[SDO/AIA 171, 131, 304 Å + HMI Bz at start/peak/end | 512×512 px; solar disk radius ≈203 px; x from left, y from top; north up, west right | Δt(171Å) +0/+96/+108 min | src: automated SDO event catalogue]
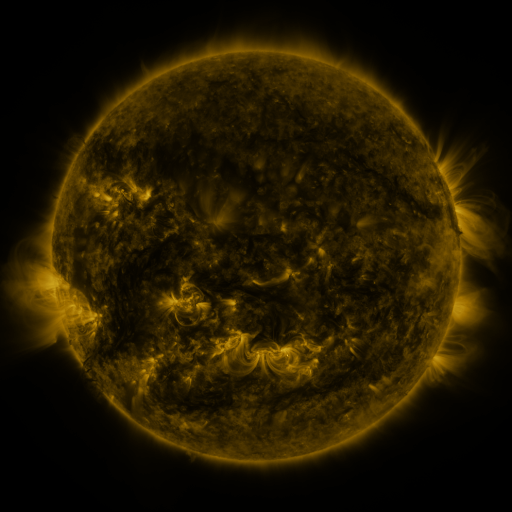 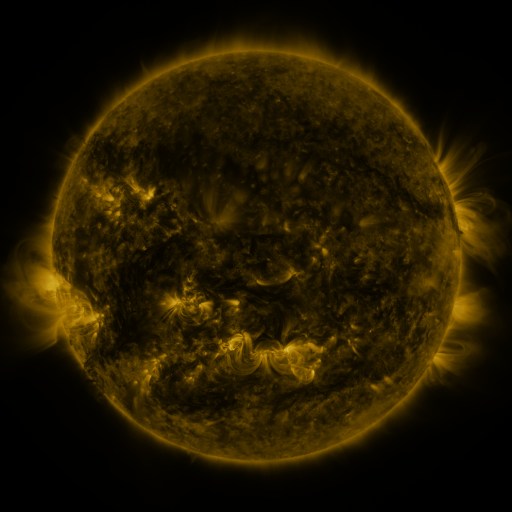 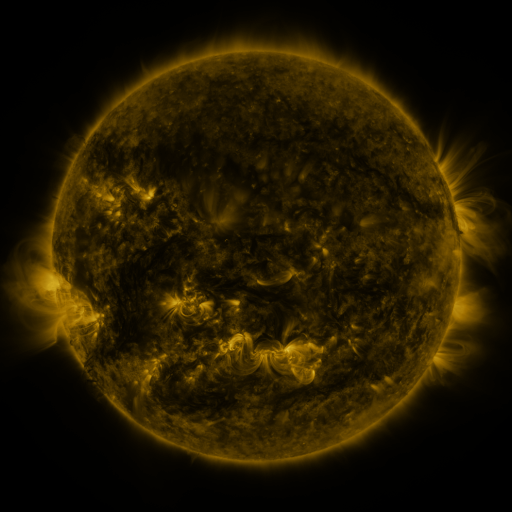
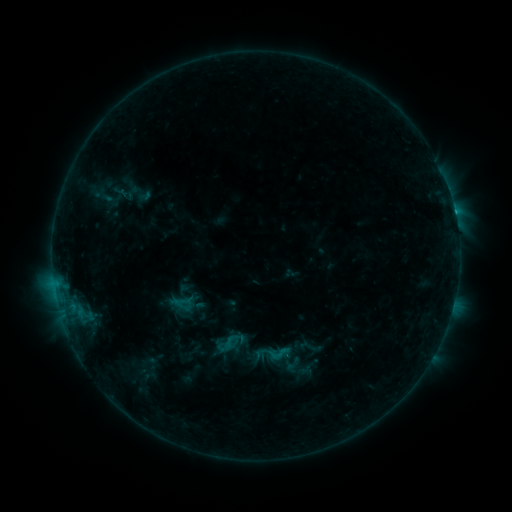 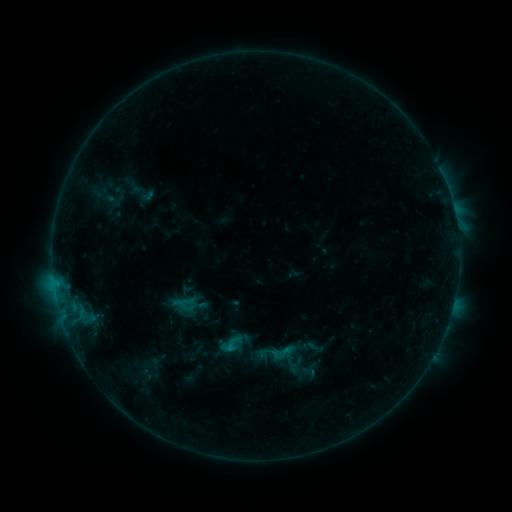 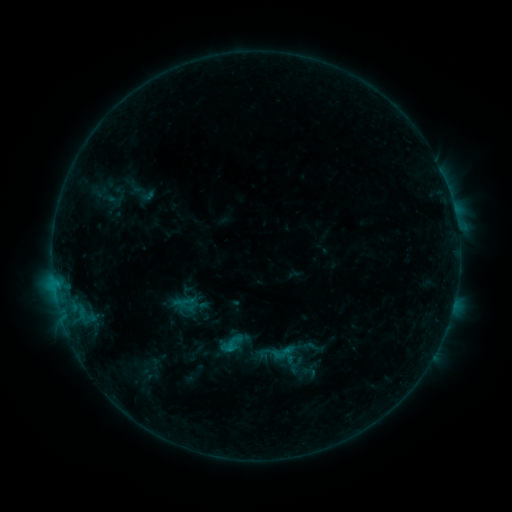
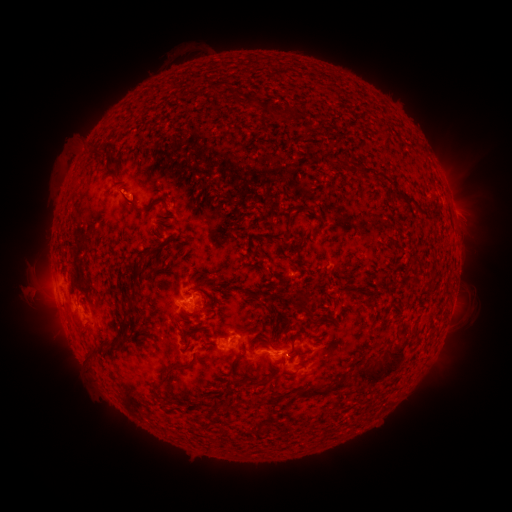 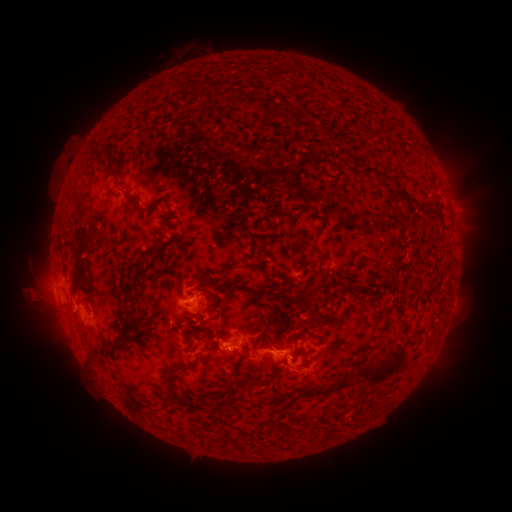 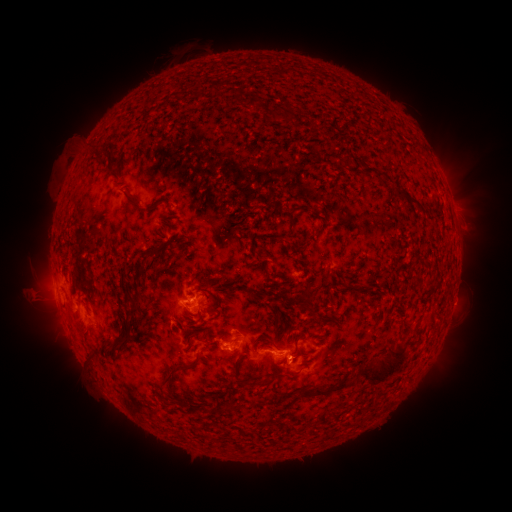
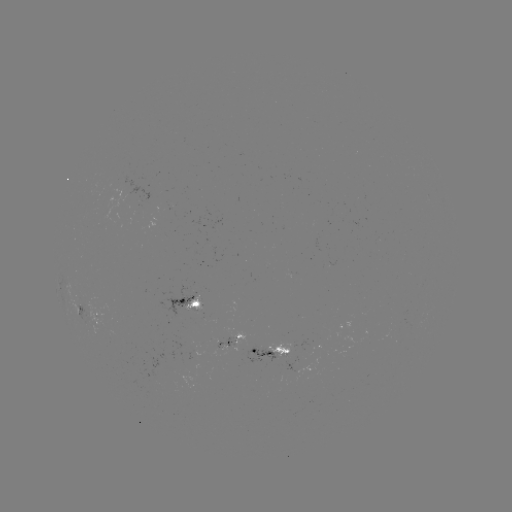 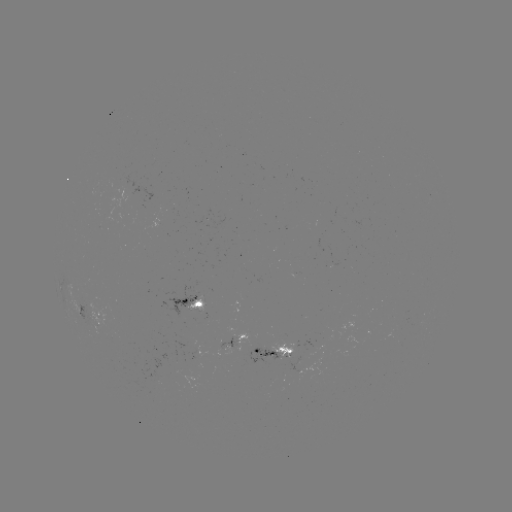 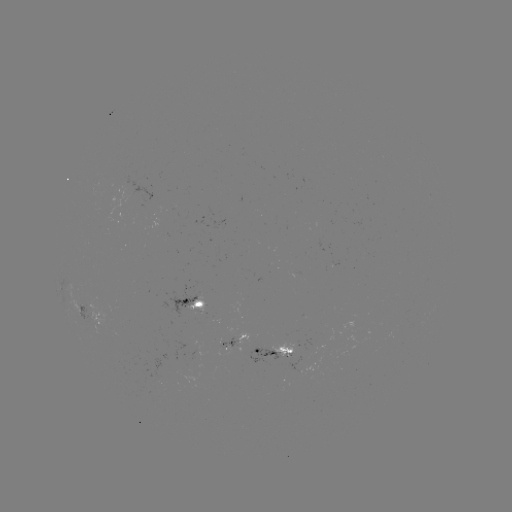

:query emerging-flux region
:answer [285, 352]